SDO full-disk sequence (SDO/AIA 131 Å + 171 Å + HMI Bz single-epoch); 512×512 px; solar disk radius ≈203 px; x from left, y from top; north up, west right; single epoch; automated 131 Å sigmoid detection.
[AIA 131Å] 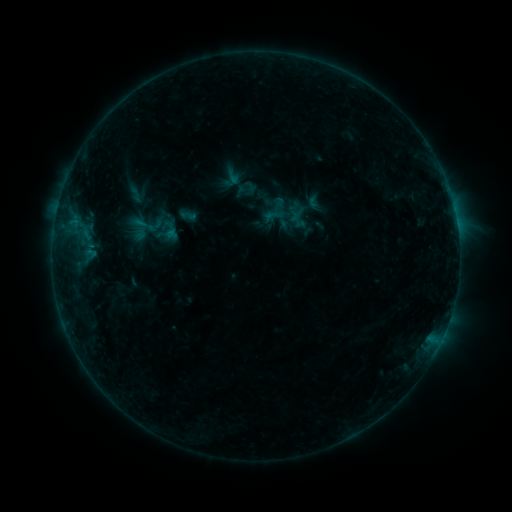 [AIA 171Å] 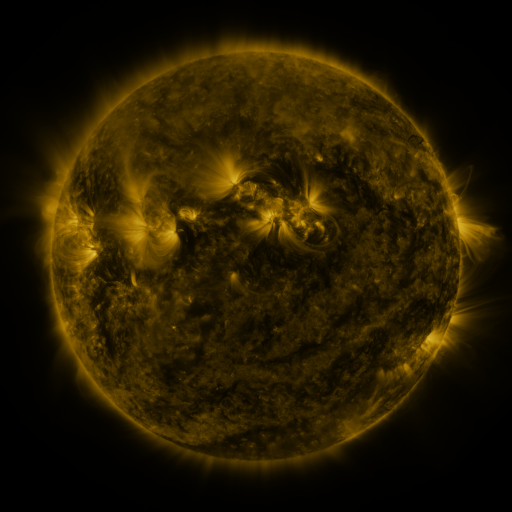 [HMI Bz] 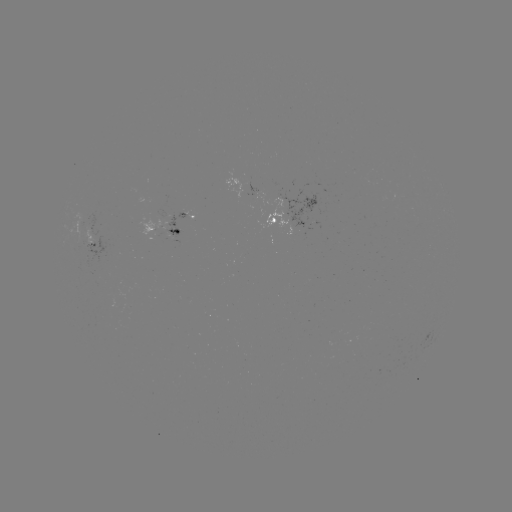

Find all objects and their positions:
sigmoid: (233, 176)
sigmoid: (248, 188)
